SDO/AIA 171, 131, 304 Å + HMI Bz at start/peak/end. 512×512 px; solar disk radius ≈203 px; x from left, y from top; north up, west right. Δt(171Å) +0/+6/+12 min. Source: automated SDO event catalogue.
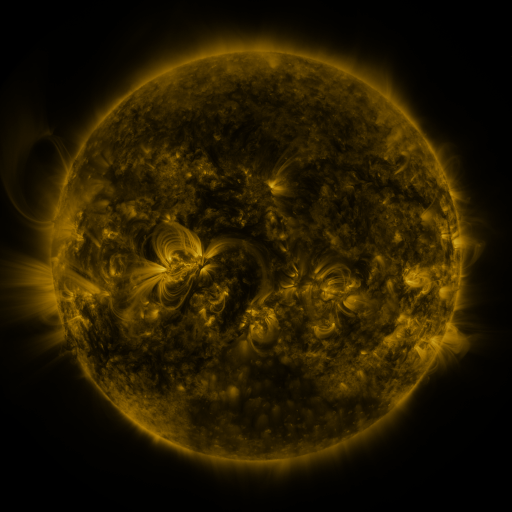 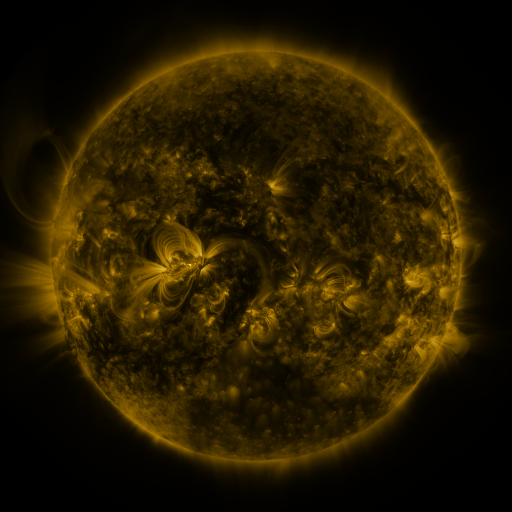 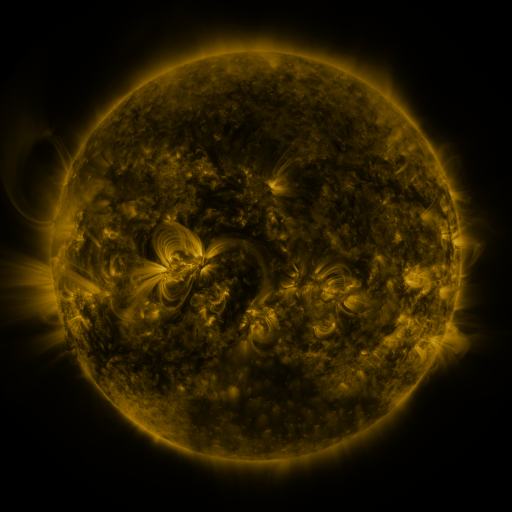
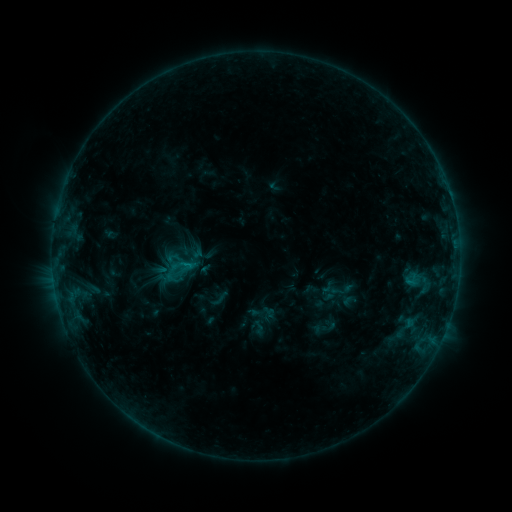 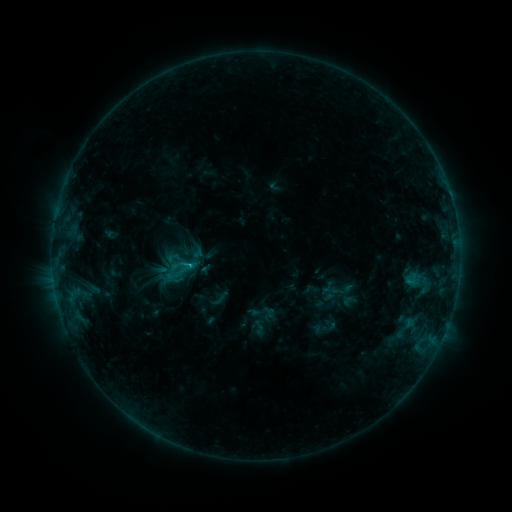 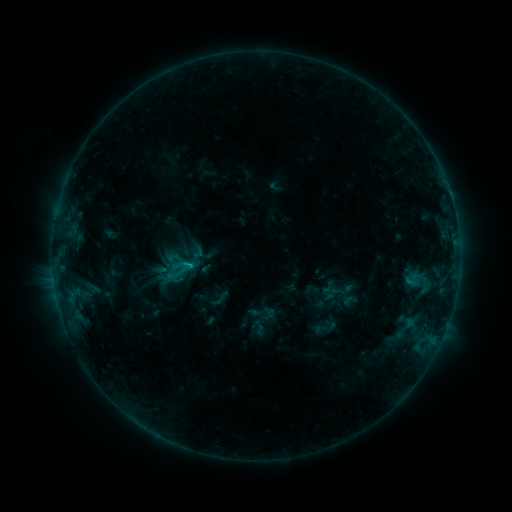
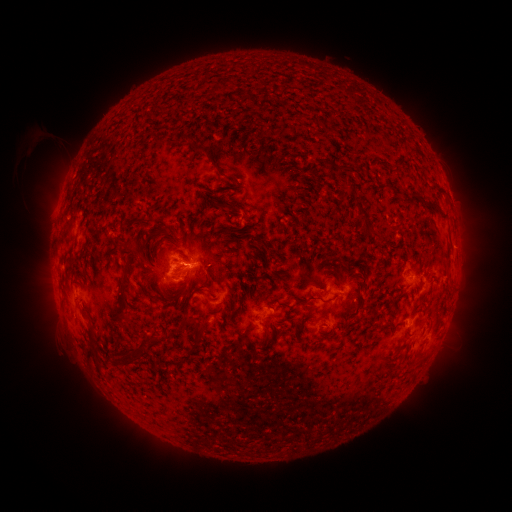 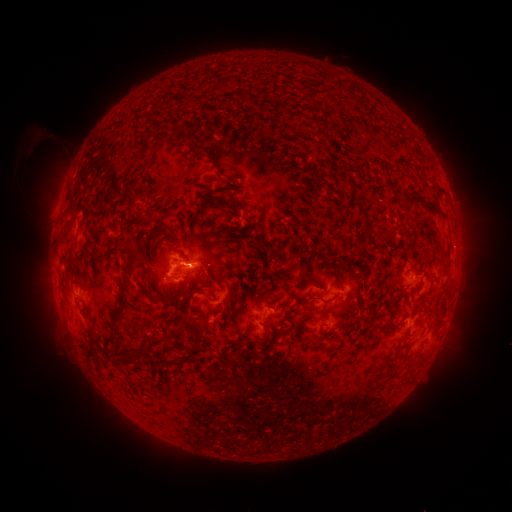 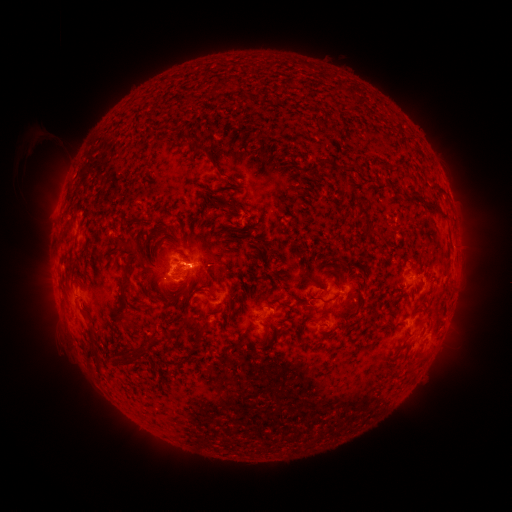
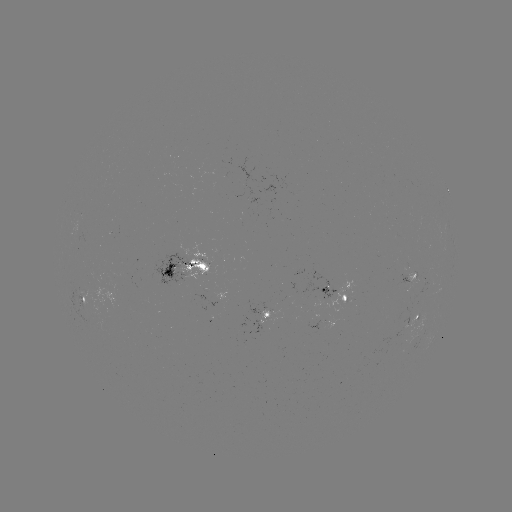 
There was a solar flare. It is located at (193, 262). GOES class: C1.1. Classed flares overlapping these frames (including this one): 2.